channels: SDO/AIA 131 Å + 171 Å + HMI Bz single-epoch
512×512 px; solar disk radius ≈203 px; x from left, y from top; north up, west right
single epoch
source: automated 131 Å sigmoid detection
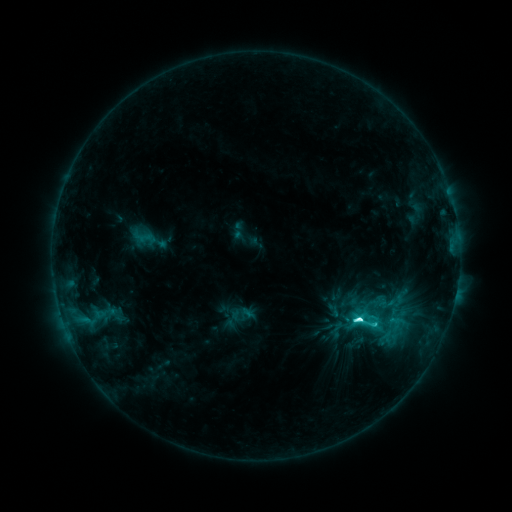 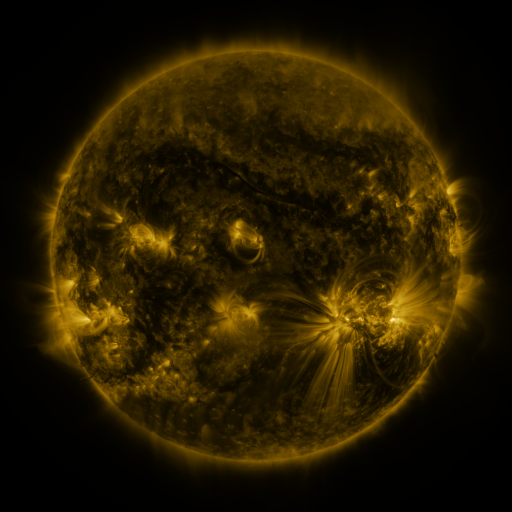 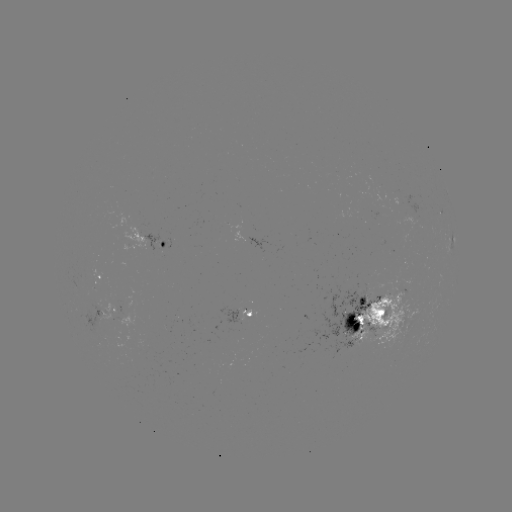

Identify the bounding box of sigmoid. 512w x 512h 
[351, 305, 381, 335].